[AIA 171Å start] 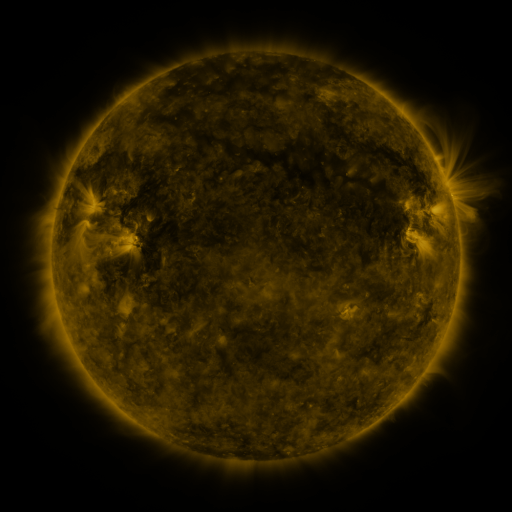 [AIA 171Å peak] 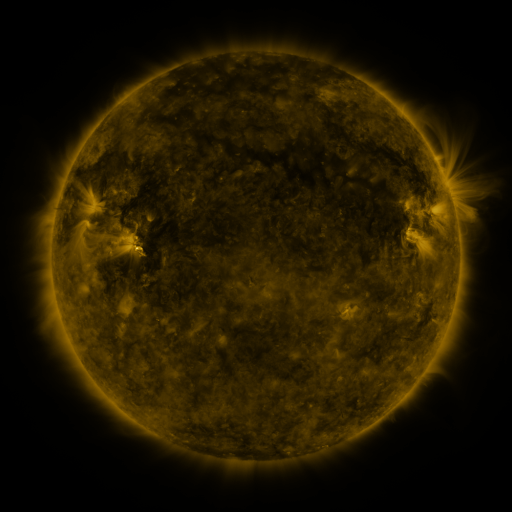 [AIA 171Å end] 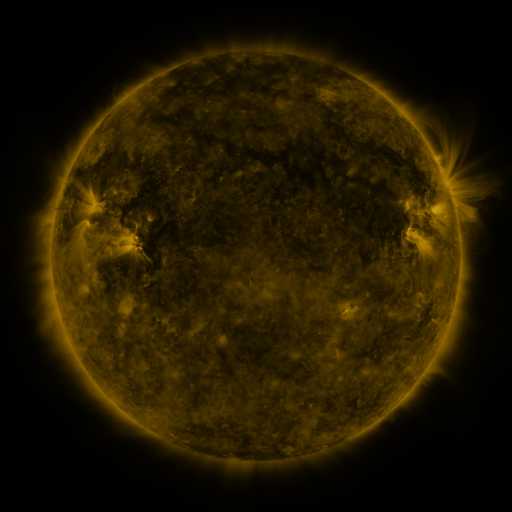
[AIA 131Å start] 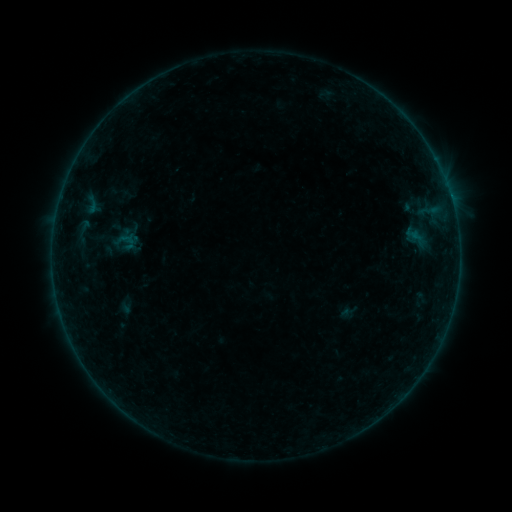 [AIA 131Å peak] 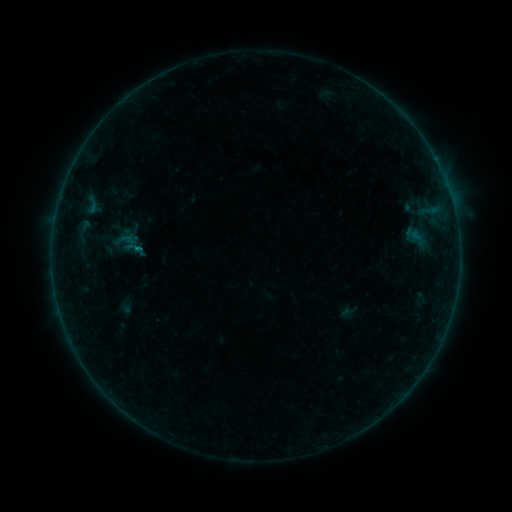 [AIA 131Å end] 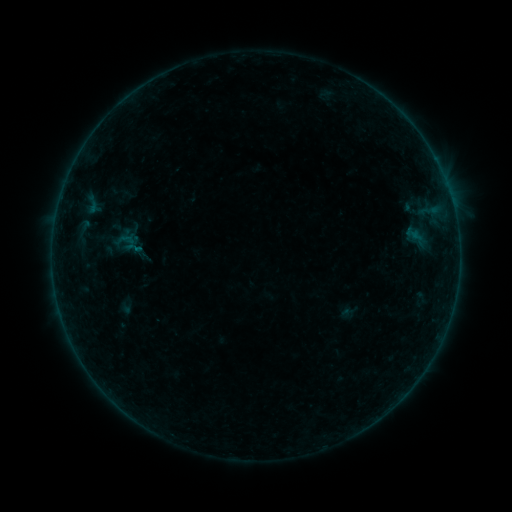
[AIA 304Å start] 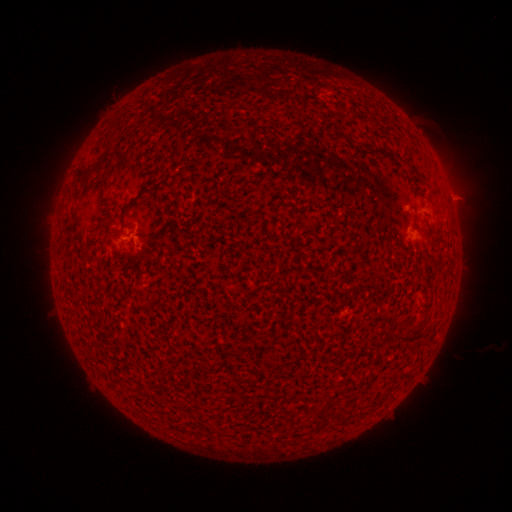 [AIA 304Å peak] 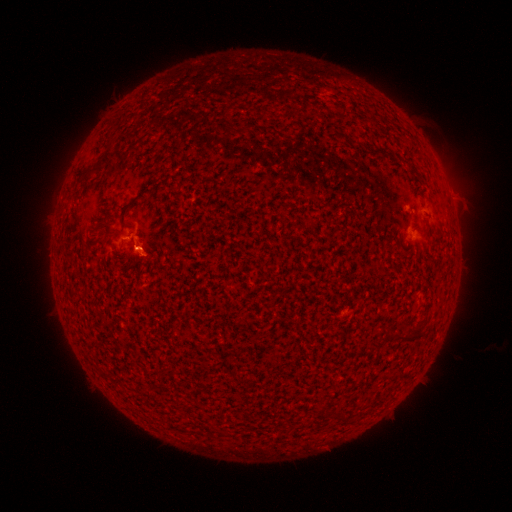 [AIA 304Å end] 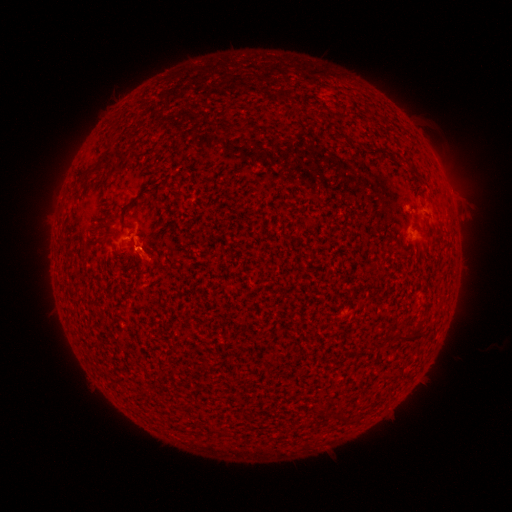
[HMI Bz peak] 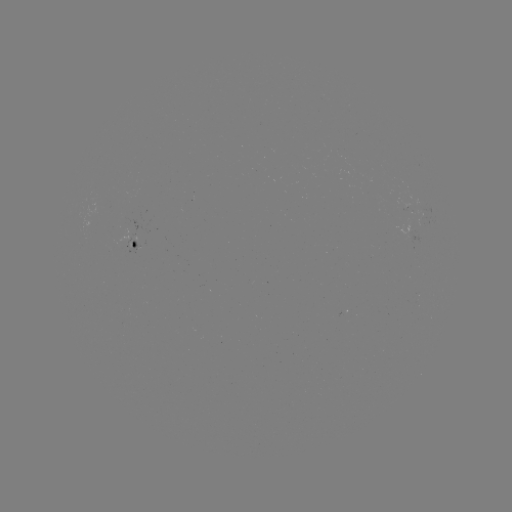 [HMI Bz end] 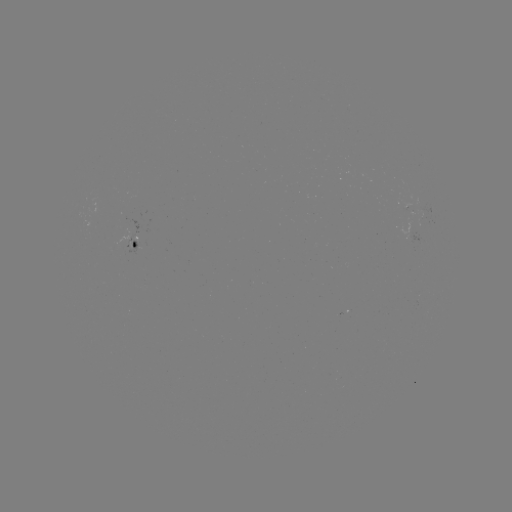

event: flare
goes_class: B1.1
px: (139, 252)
